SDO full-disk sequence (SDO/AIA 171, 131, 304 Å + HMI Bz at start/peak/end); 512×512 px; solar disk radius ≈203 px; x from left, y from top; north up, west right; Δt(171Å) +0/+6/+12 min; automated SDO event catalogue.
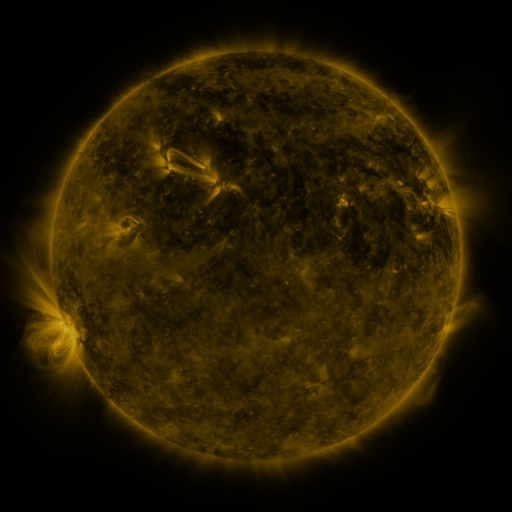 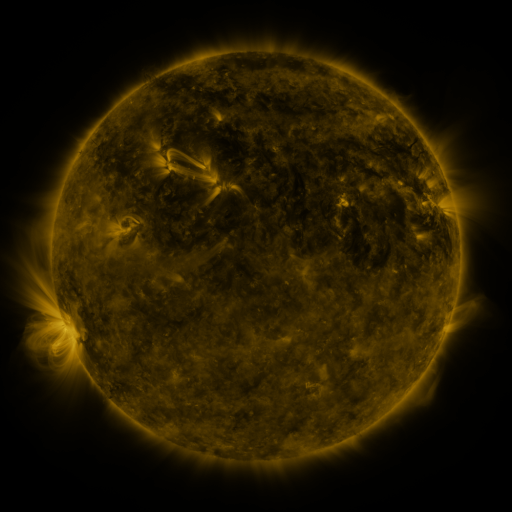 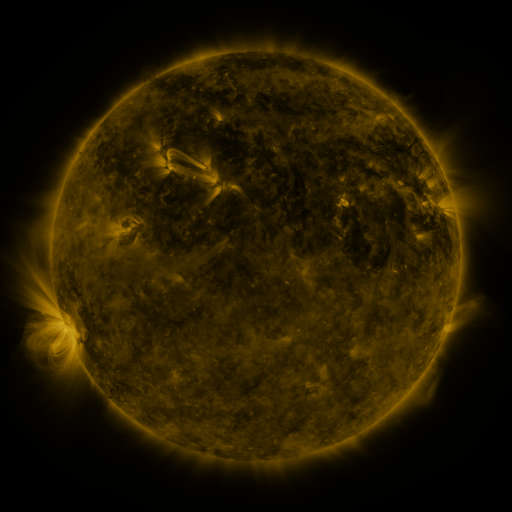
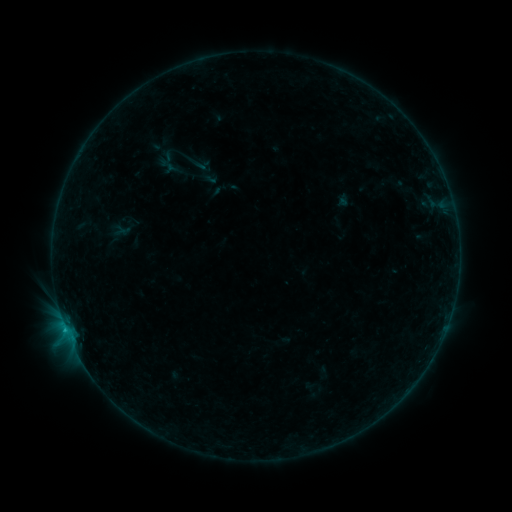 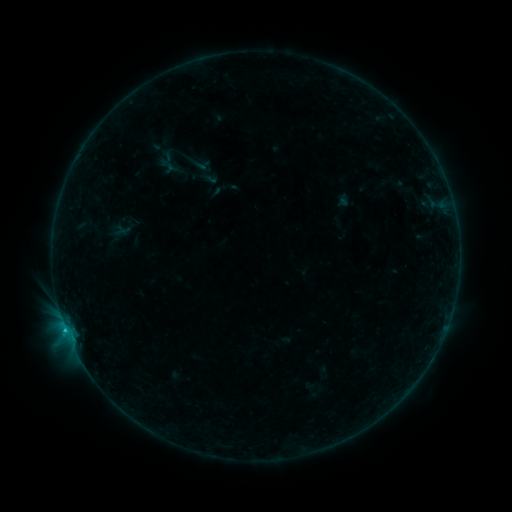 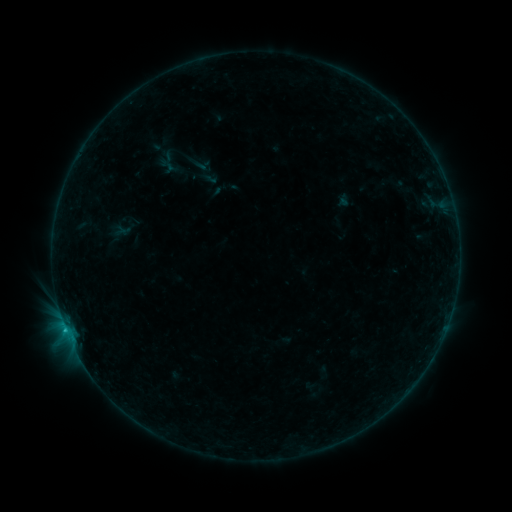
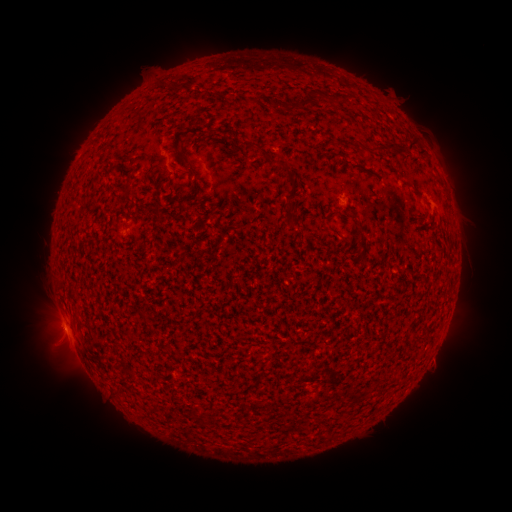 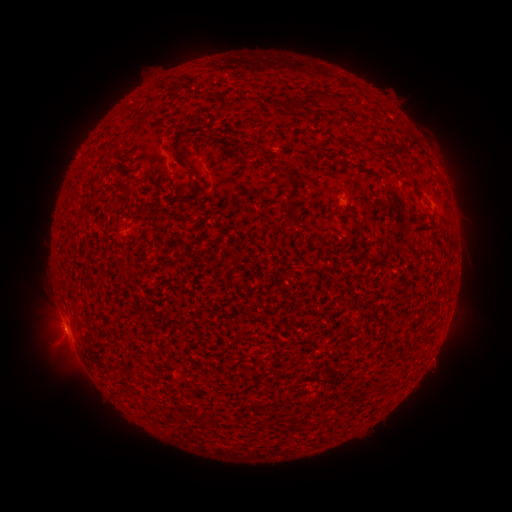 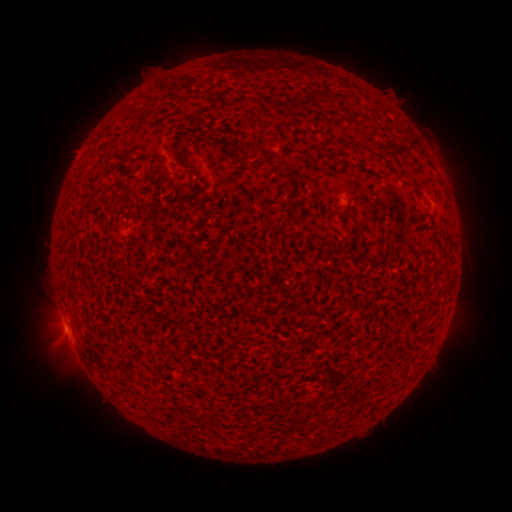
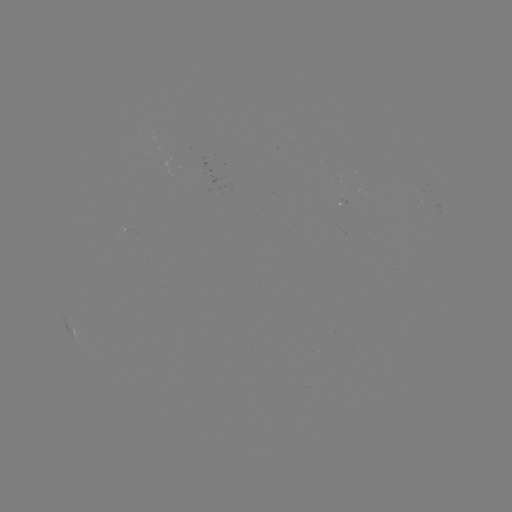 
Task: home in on B5.0 flare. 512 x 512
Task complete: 64,322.